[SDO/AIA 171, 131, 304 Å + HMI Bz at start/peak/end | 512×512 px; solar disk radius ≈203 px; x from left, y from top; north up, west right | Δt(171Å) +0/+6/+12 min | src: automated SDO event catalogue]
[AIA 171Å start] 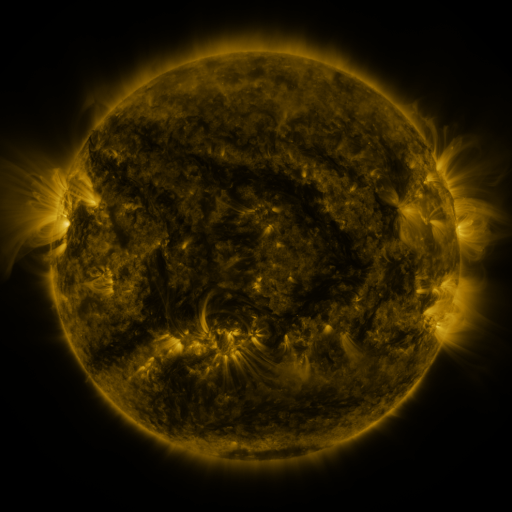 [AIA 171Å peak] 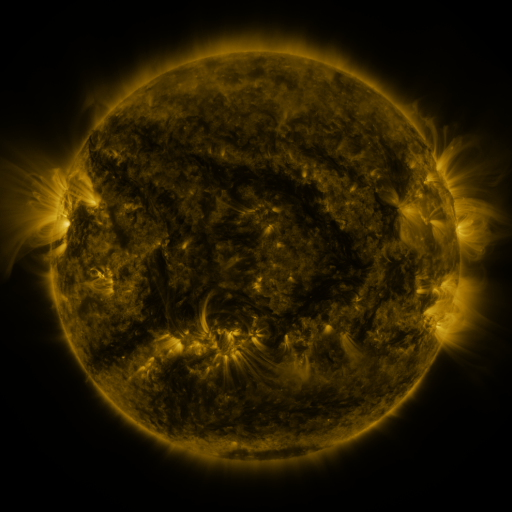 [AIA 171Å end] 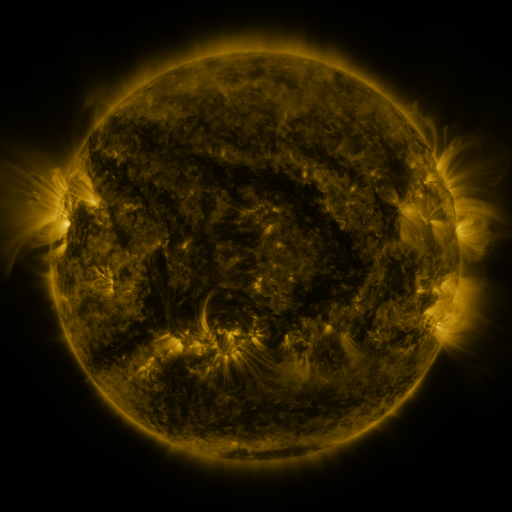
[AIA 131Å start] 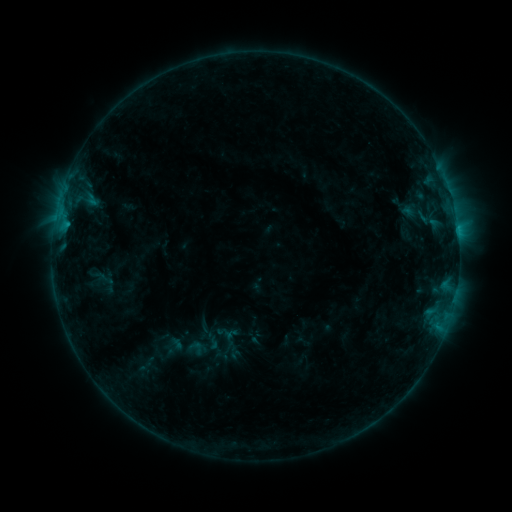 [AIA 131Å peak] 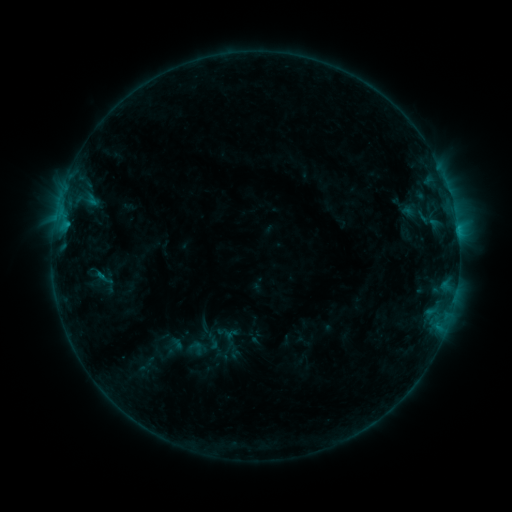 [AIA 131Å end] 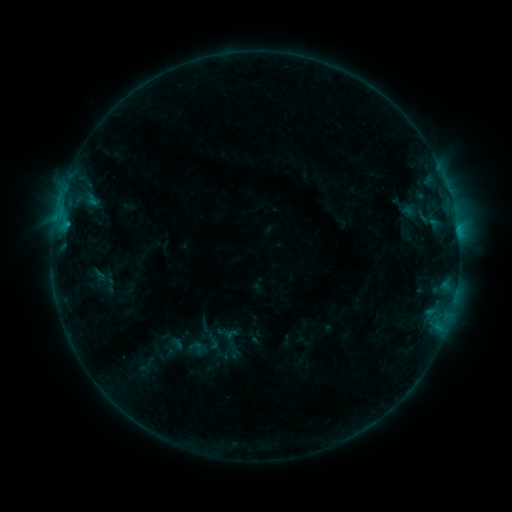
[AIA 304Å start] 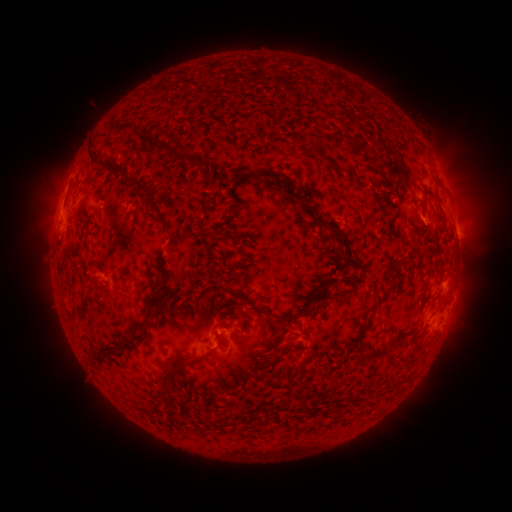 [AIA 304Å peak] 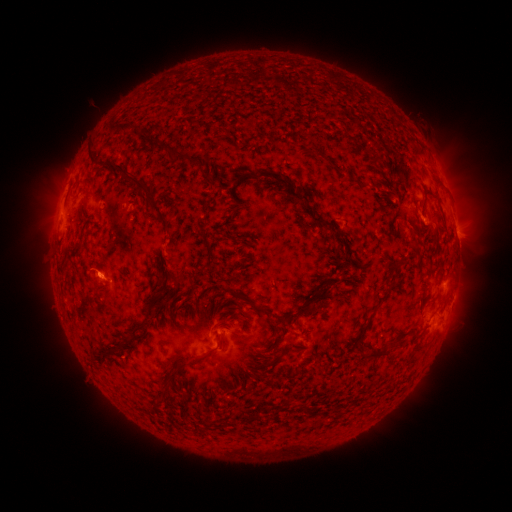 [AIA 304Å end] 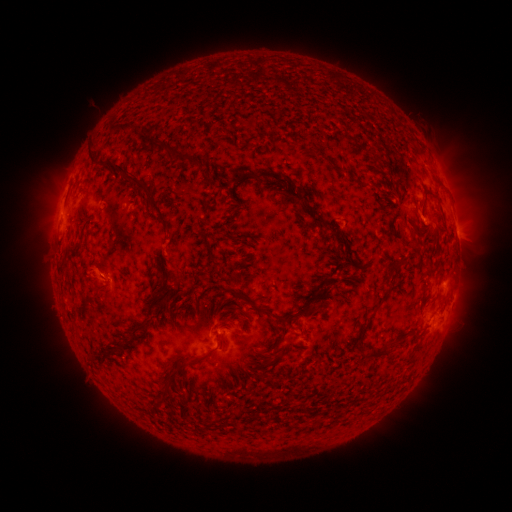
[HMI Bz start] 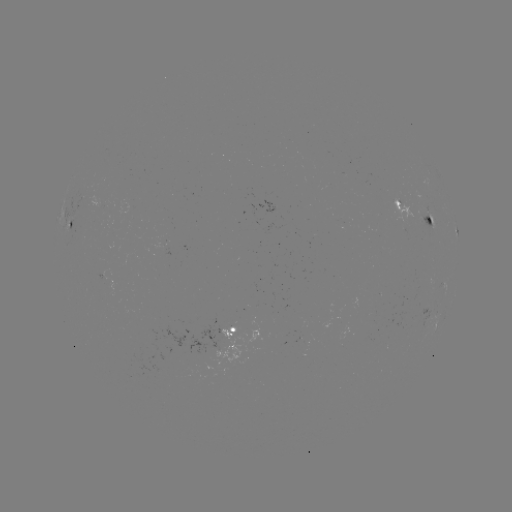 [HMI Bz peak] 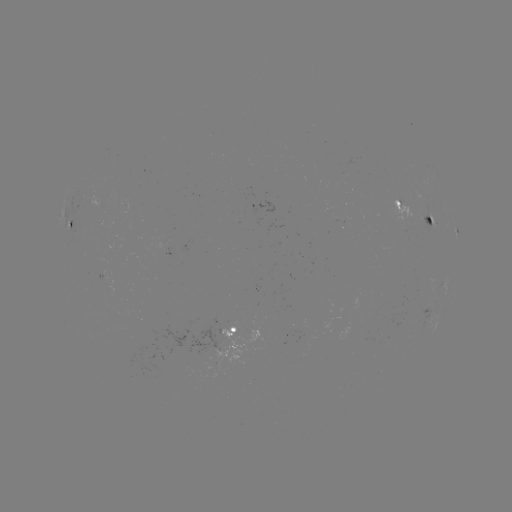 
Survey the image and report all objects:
eruption: (93, 274)
